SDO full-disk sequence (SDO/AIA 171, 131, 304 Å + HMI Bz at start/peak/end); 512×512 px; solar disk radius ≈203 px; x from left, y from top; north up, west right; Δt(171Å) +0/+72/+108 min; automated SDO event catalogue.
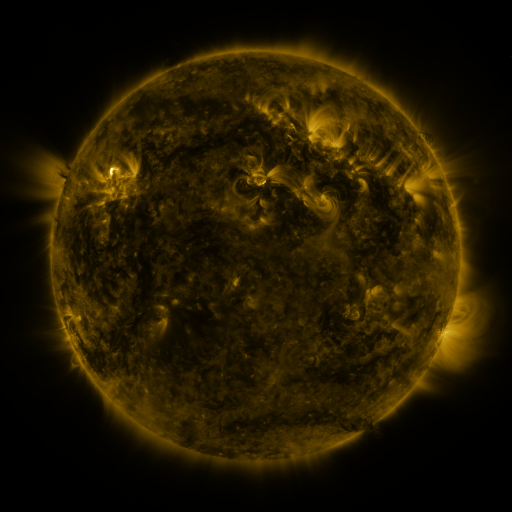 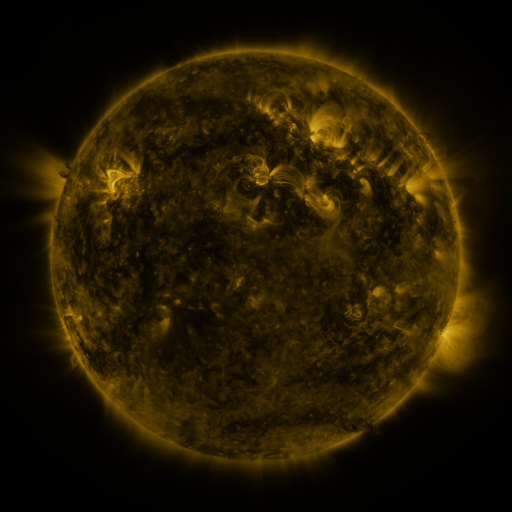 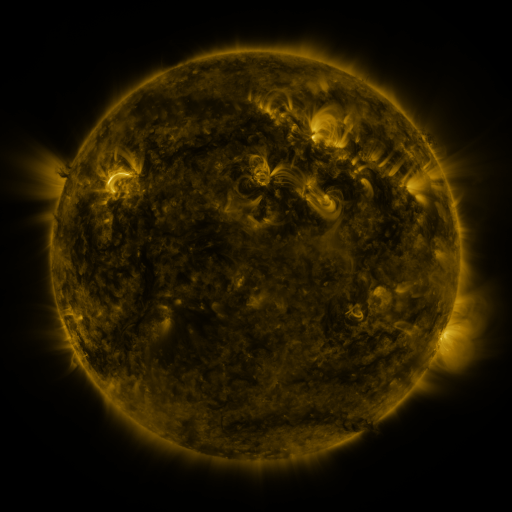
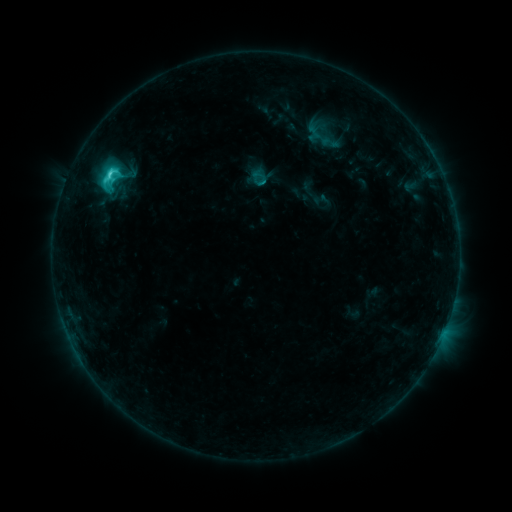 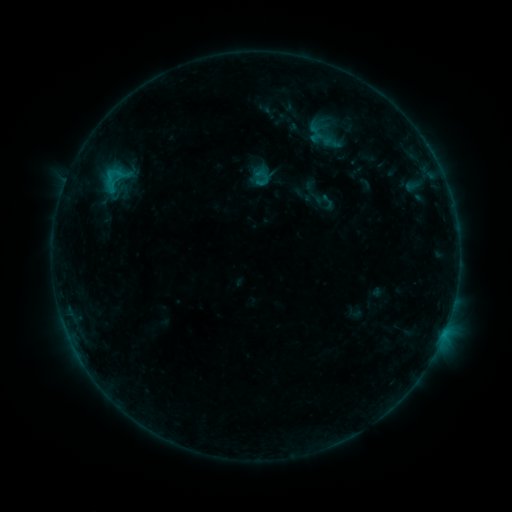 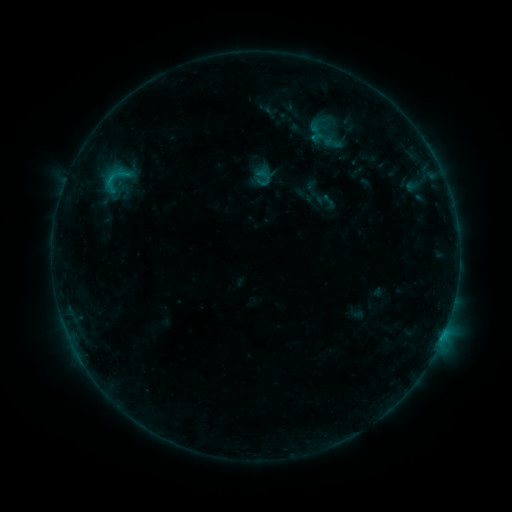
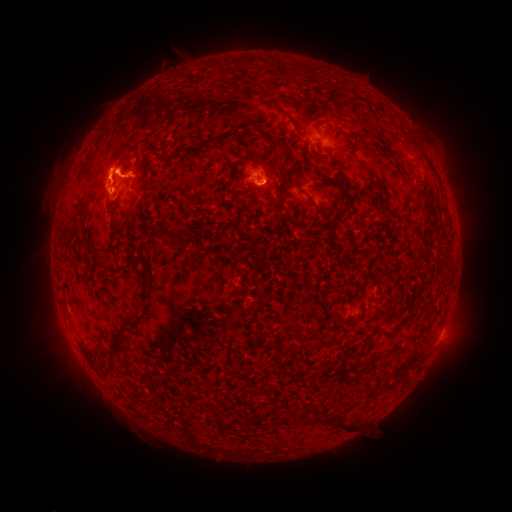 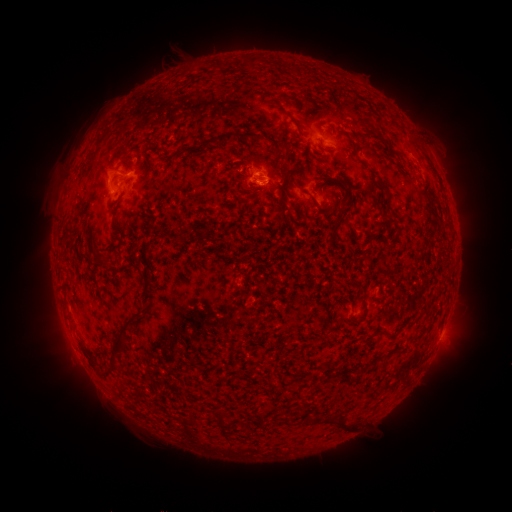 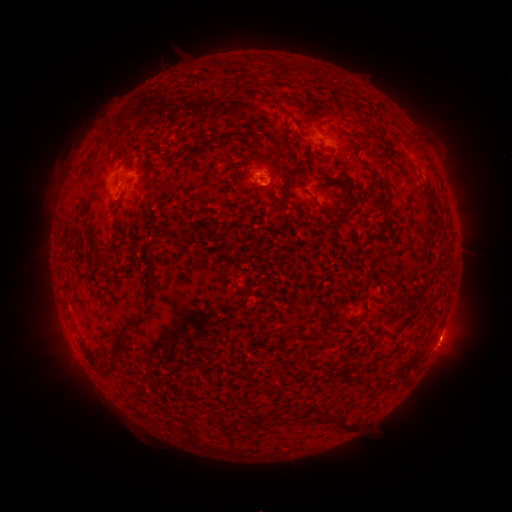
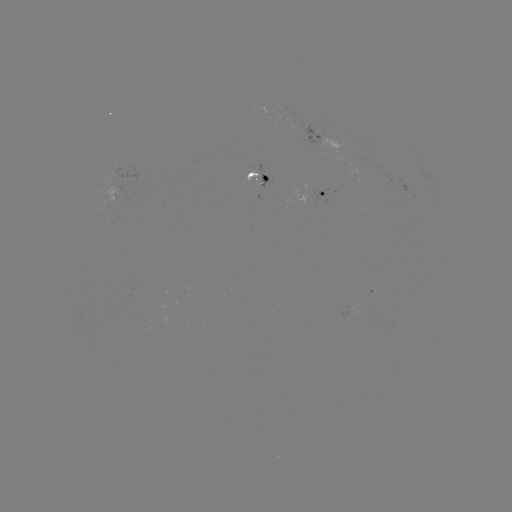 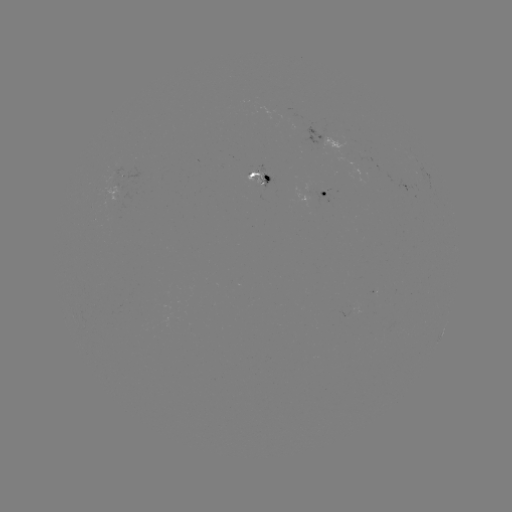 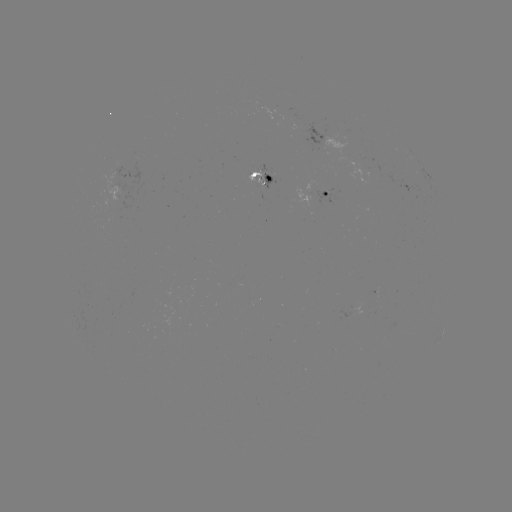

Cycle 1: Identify emerging-flux region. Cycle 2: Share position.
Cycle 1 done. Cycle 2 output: [356, 154].